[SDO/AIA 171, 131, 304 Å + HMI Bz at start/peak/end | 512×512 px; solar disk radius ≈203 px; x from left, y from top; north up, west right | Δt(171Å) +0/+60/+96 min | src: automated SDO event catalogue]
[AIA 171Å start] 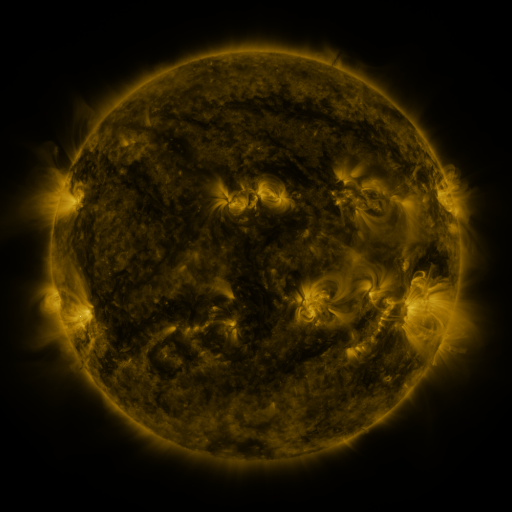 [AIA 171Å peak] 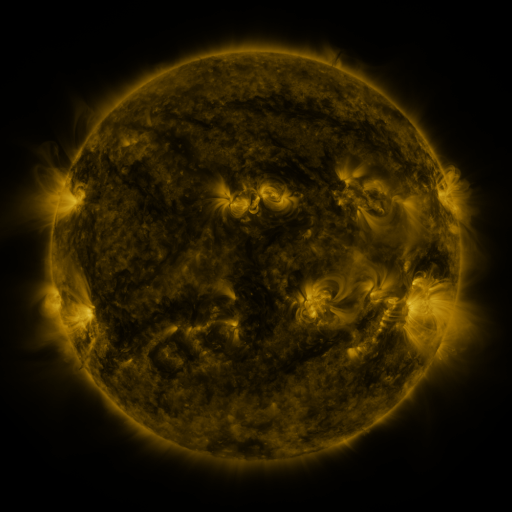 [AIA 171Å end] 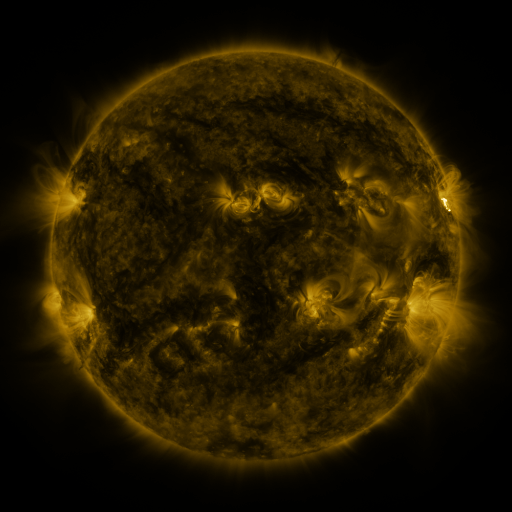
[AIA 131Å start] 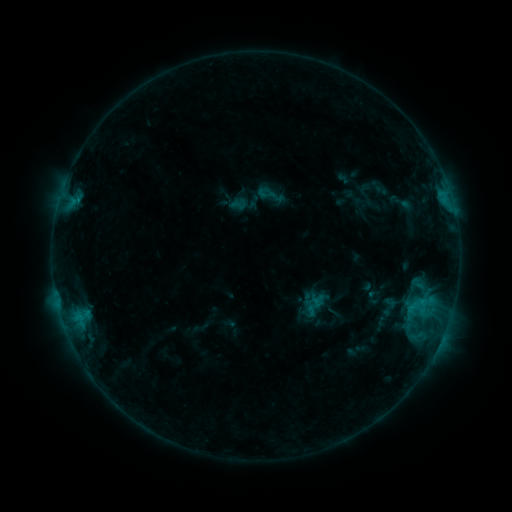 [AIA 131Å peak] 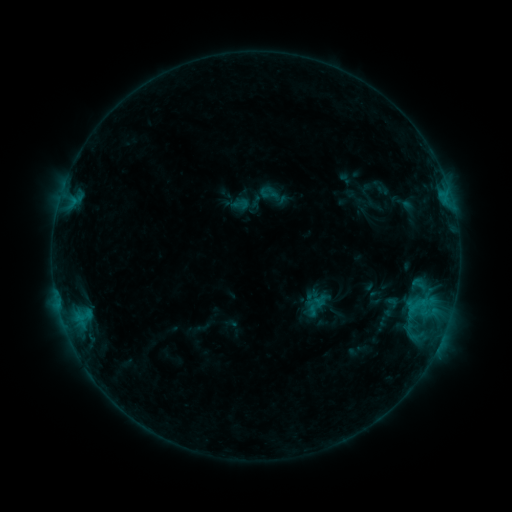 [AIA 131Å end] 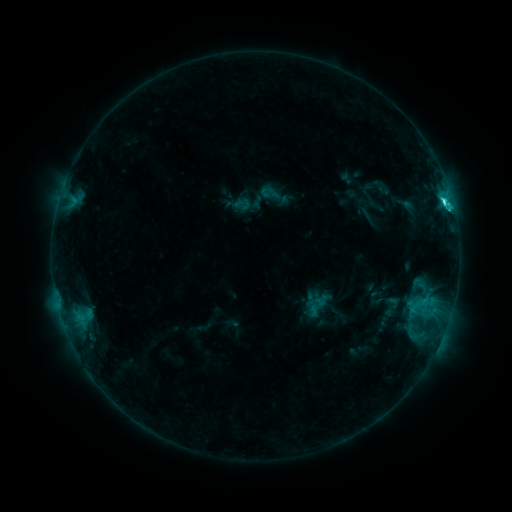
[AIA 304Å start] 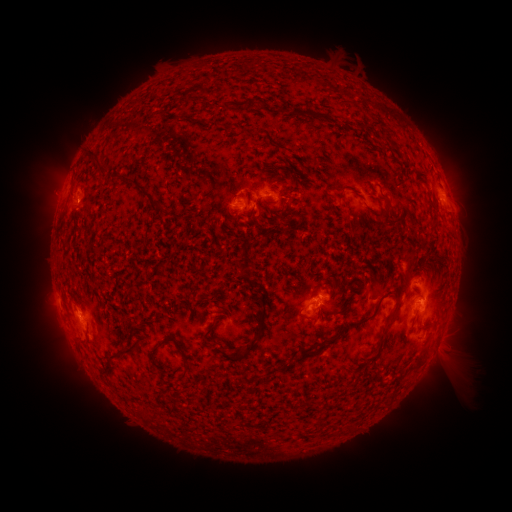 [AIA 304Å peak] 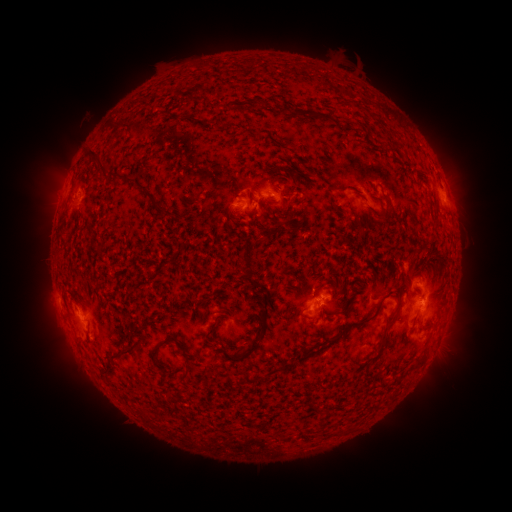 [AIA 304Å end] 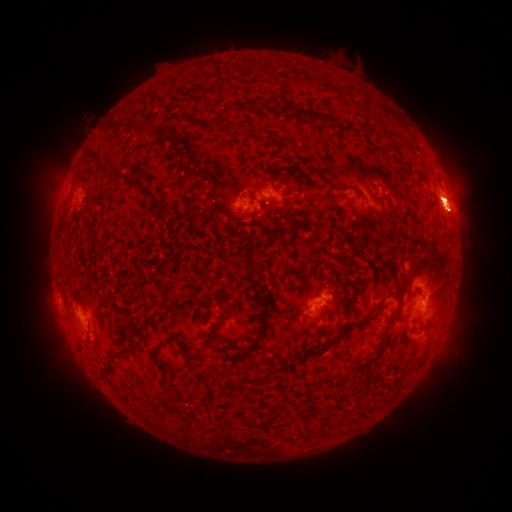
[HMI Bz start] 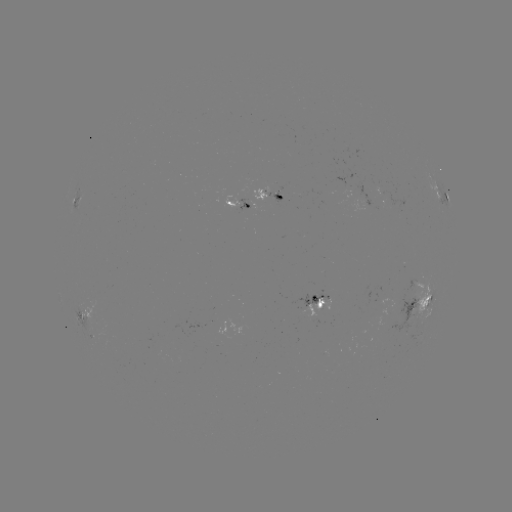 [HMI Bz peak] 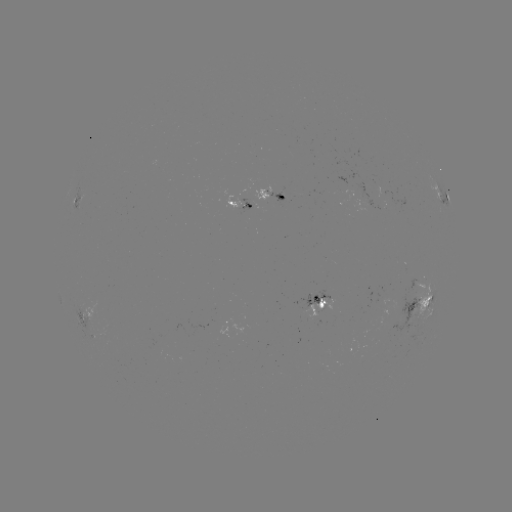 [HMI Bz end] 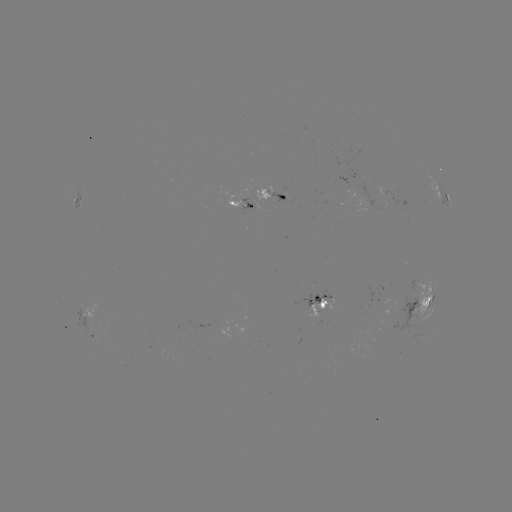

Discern emerging-flux region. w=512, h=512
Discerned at (386, 296).